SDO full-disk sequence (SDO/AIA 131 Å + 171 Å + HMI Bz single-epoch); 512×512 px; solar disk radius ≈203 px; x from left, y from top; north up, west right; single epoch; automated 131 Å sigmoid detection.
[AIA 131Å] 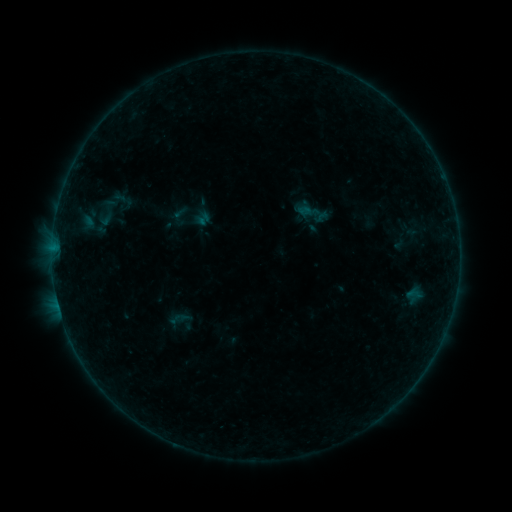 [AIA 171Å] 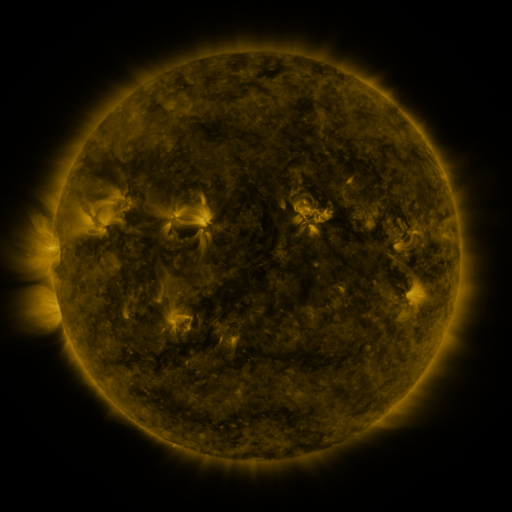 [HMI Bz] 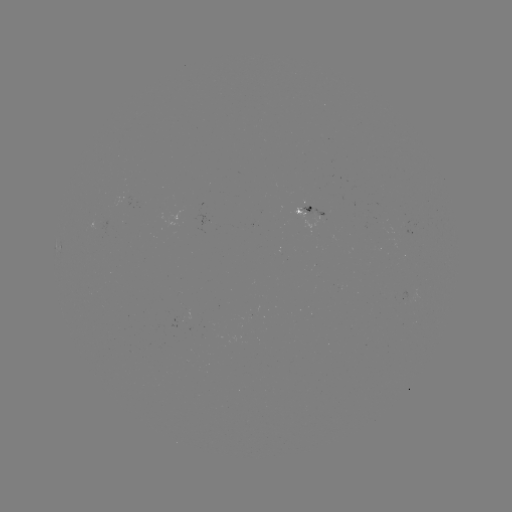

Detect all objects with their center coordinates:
sigmoid: (108, 212)
